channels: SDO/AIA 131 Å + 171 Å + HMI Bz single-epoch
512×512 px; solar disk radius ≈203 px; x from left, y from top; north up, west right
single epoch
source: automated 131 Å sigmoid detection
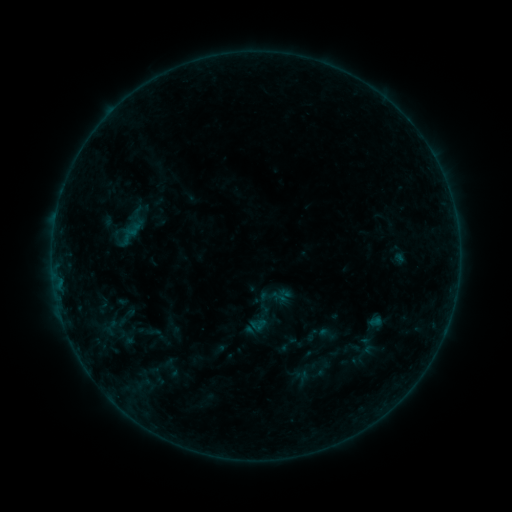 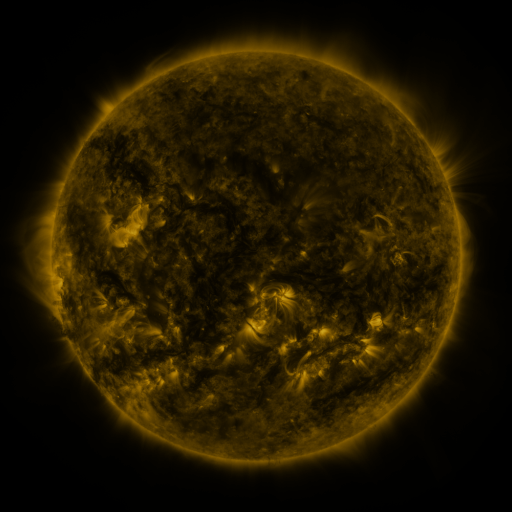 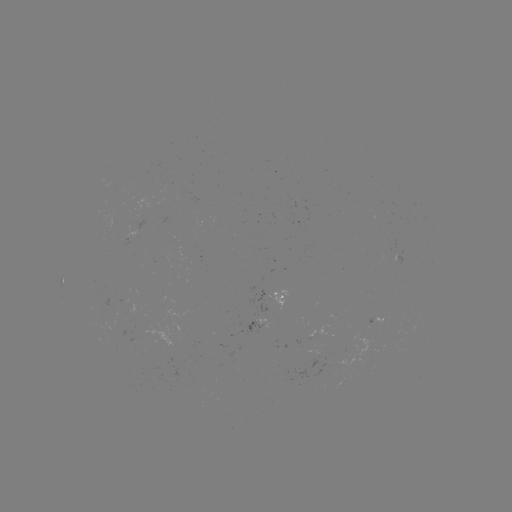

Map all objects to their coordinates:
sigmoid: (124, 219, 143, 241)
sigmoid: (244, 301, 280, 336)
sigmoid: (317, 324, 336, 343)
